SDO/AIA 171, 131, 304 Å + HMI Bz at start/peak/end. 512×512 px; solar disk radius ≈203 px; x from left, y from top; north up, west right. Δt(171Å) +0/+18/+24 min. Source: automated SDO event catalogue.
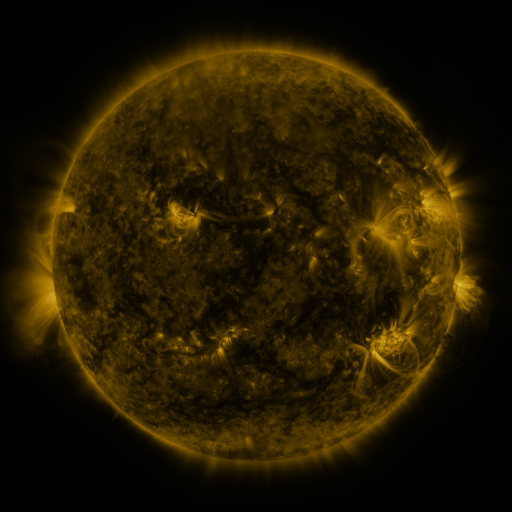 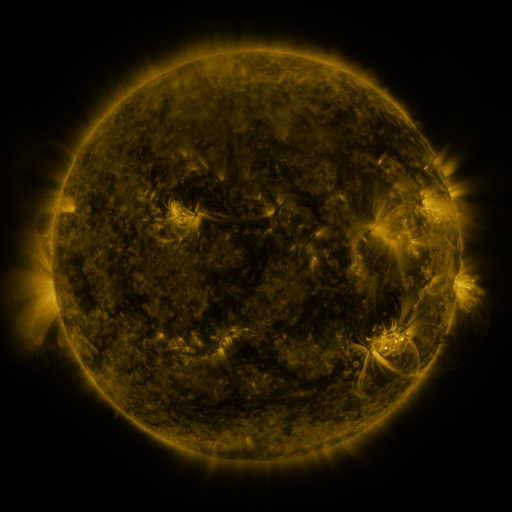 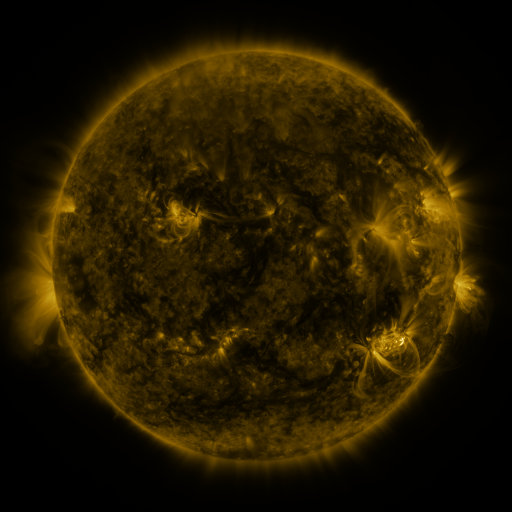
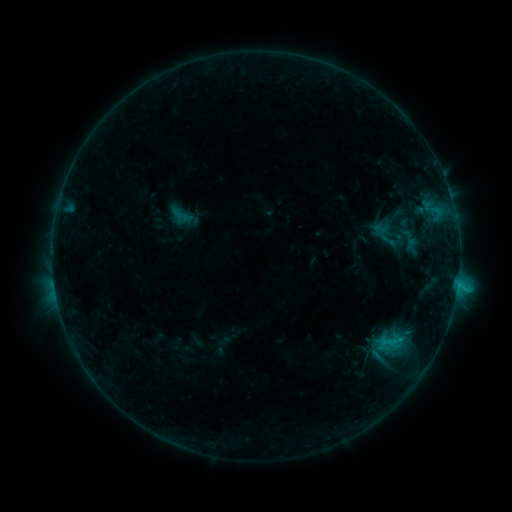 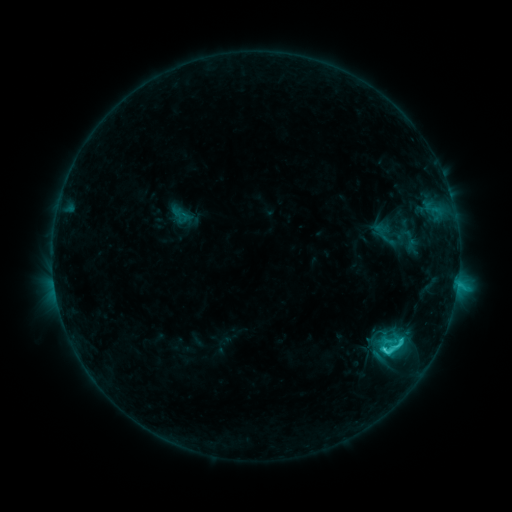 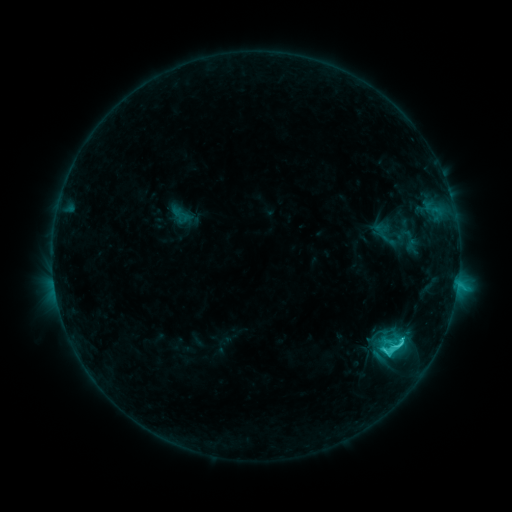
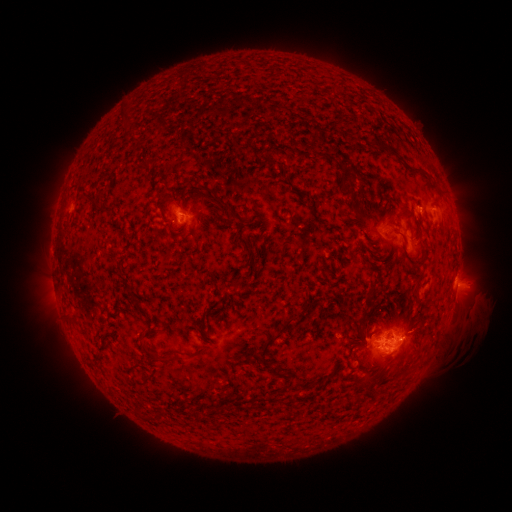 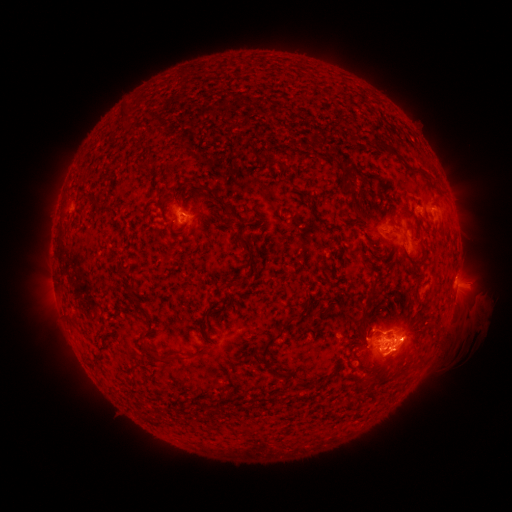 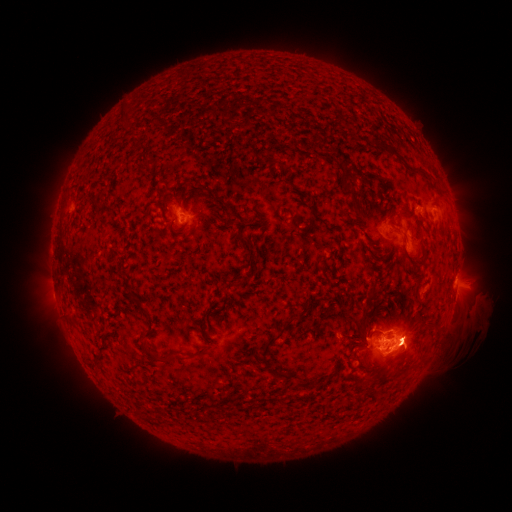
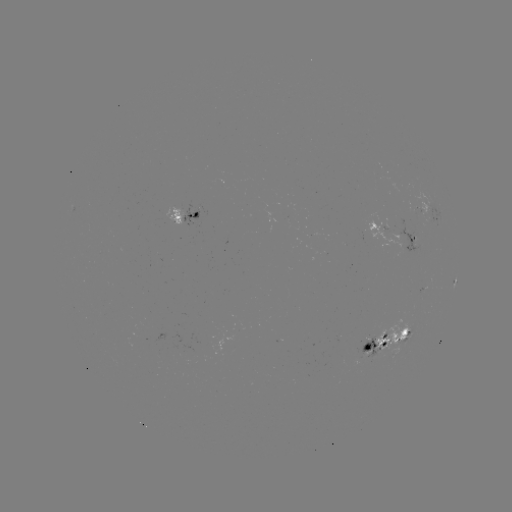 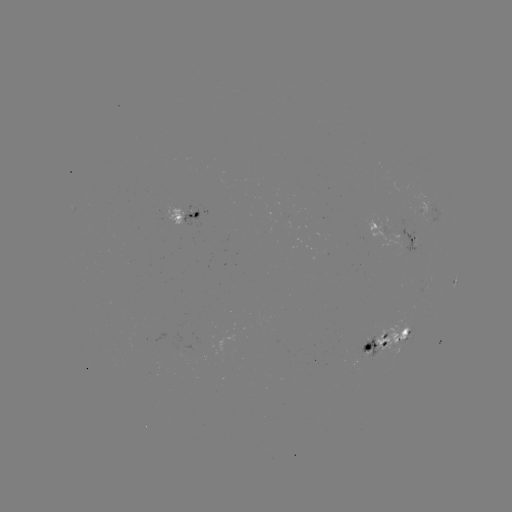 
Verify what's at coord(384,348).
C6.7 flare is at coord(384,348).